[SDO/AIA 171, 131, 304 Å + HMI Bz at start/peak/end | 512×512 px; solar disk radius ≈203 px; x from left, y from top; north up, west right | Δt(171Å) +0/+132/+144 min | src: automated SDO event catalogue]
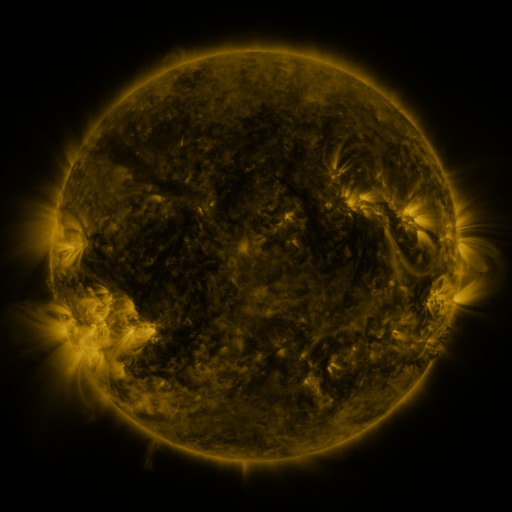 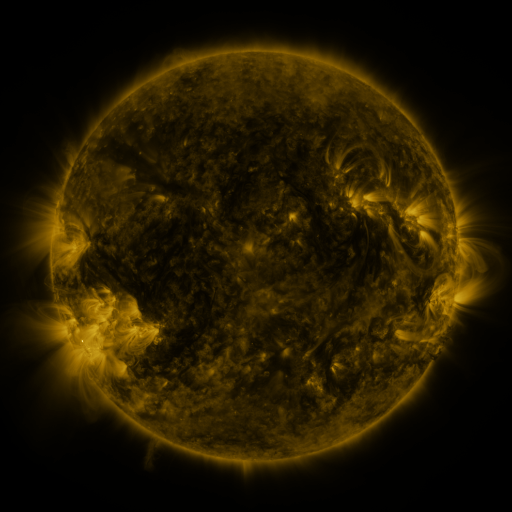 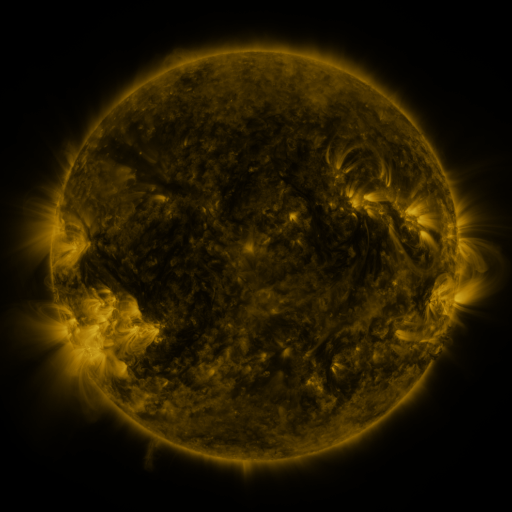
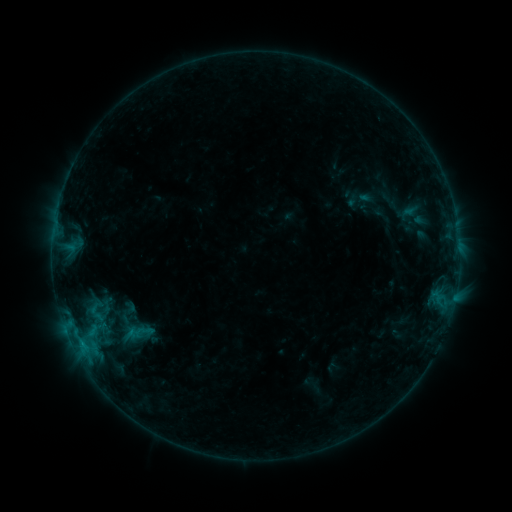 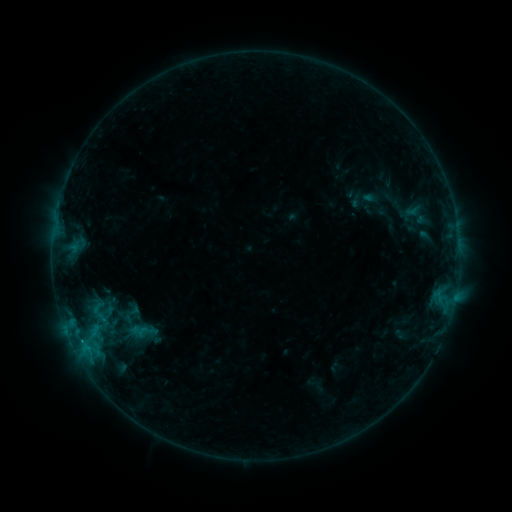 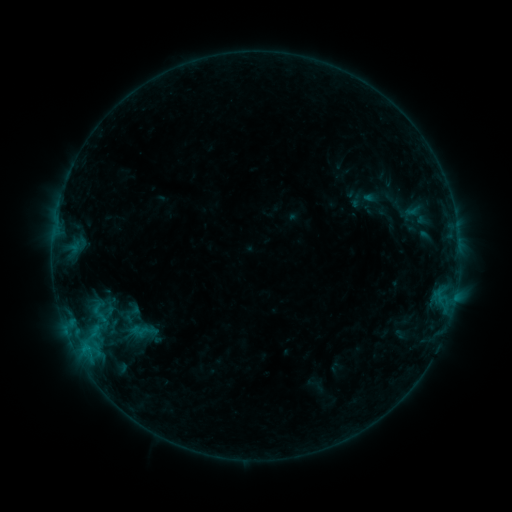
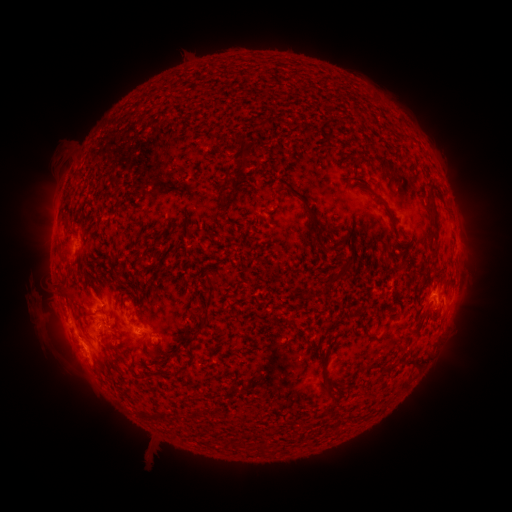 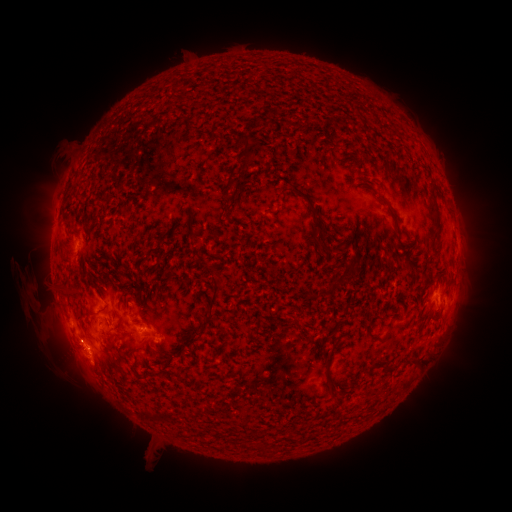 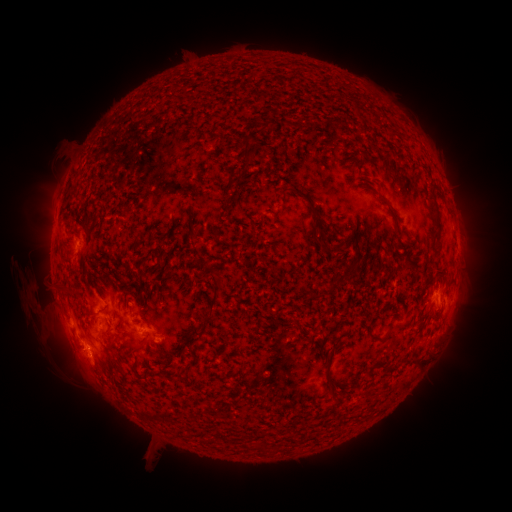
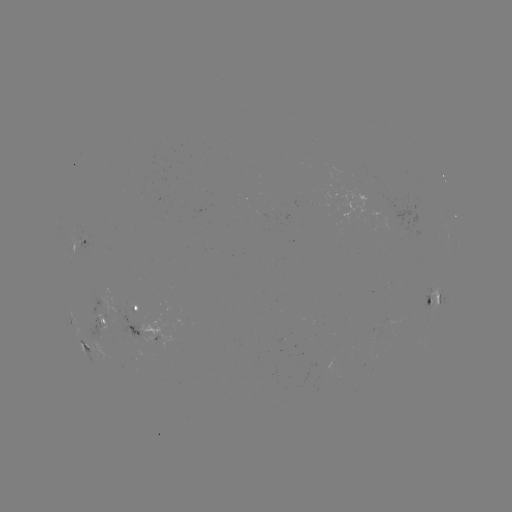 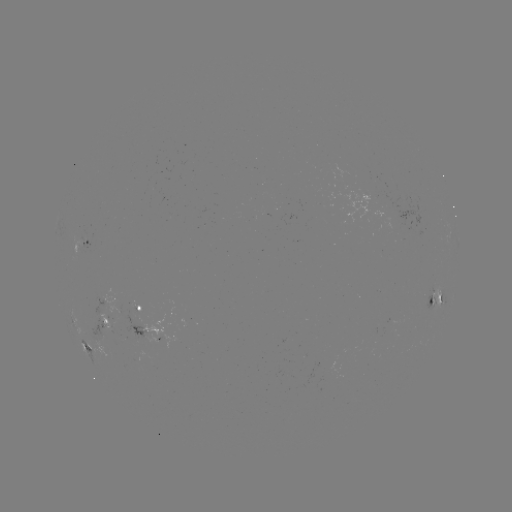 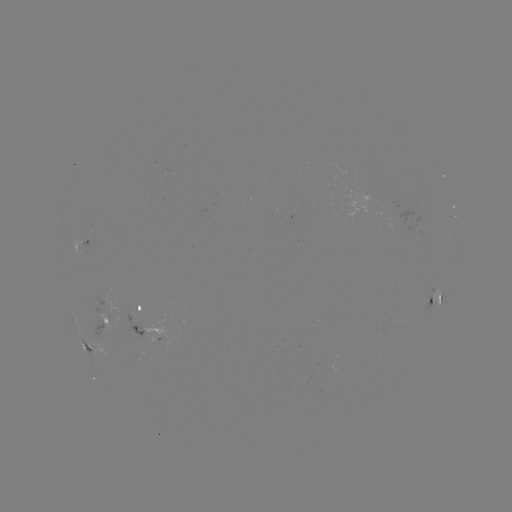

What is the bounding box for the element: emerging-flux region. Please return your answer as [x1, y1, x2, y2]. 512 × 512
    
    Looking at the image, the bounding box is [89, 317, 121, 336].